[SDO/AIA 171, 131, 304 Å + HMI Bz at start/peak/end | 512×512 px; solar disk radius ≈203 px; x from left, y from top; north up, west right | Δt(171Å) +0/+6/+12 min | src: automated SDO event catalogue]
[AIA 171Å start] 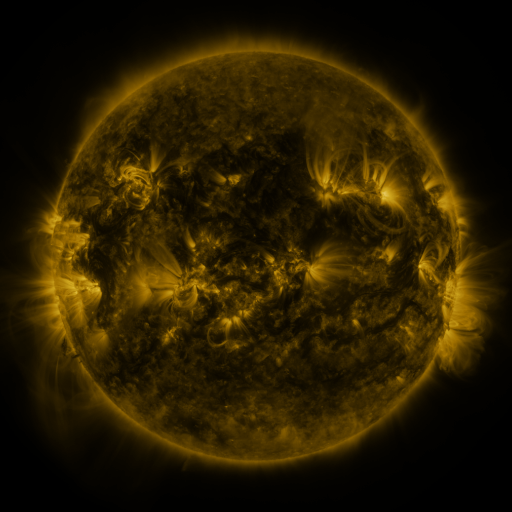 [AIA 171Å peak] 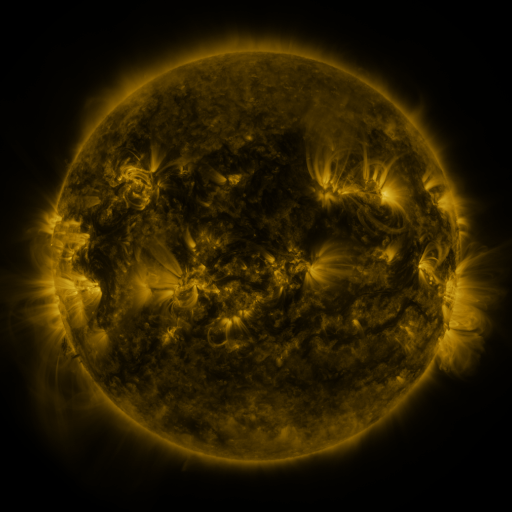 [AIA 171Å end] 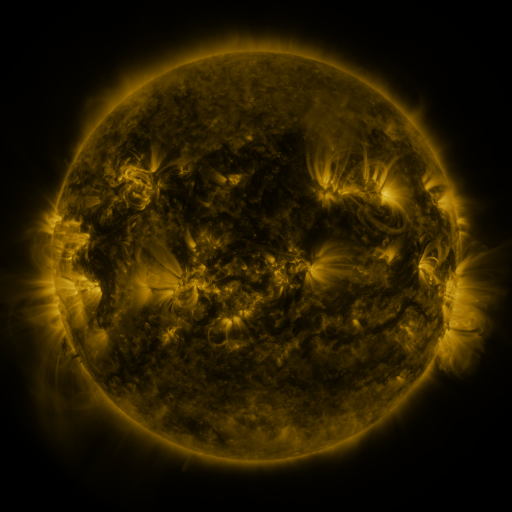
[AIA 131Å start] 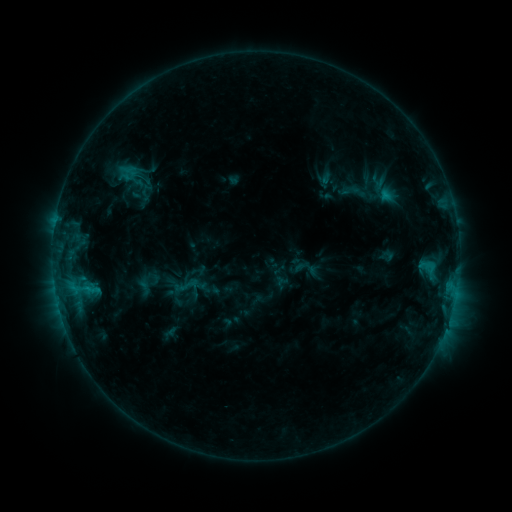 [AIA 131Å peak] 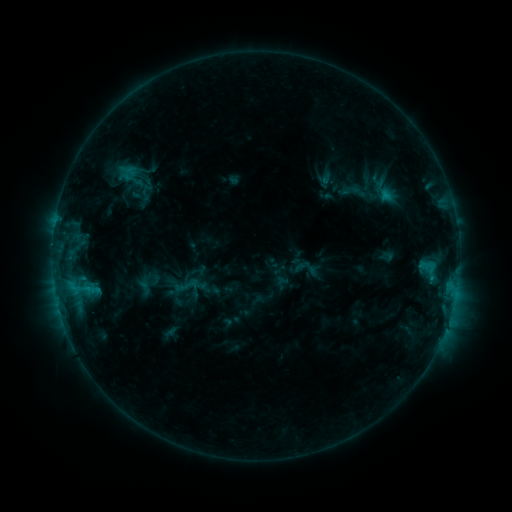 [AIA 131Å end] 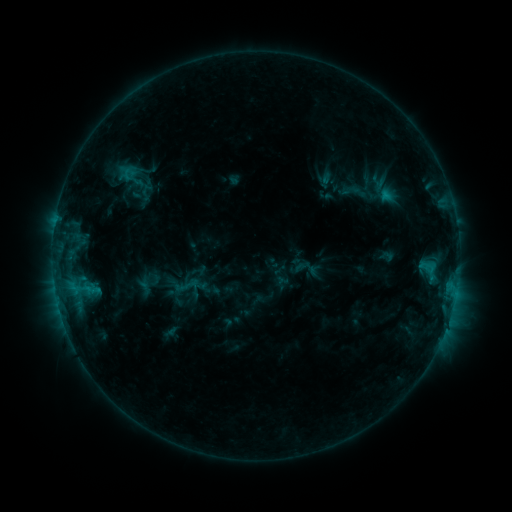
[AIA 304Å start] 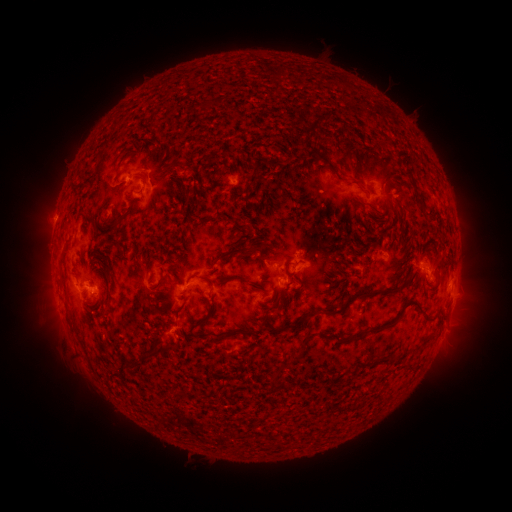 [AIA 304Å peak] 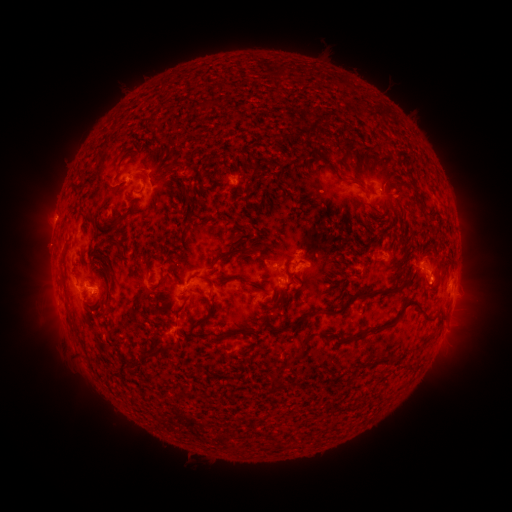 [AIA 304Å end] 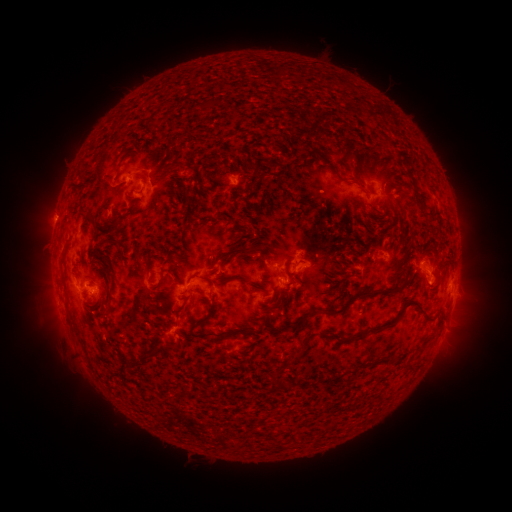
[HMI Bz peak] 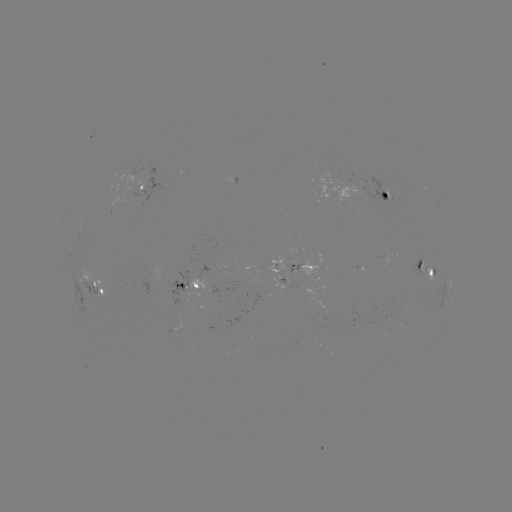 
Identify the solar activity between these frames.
C1.3 flare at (384, 195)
